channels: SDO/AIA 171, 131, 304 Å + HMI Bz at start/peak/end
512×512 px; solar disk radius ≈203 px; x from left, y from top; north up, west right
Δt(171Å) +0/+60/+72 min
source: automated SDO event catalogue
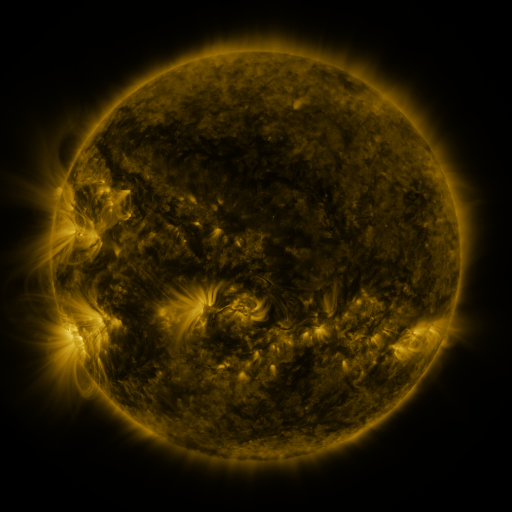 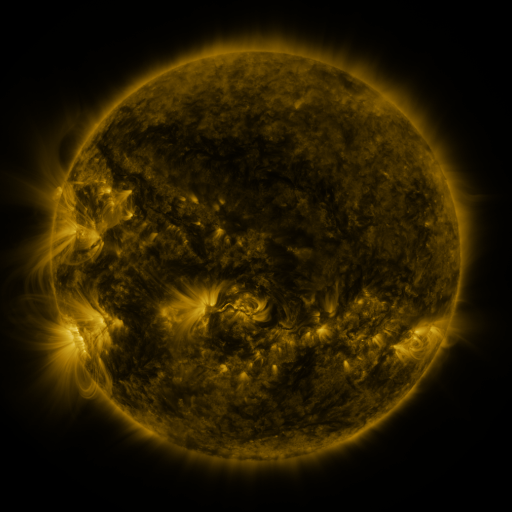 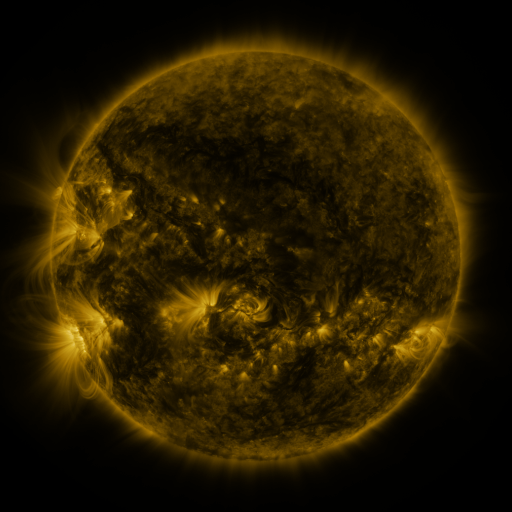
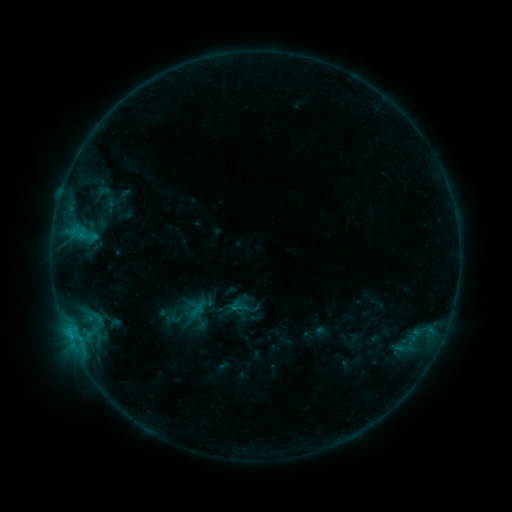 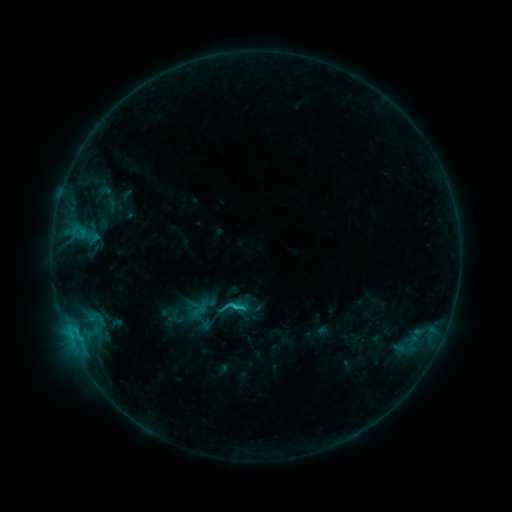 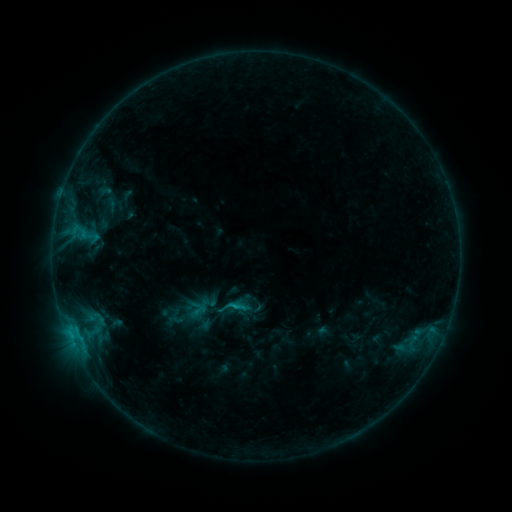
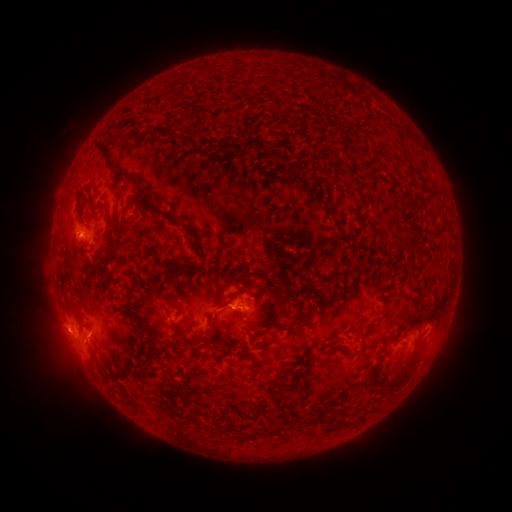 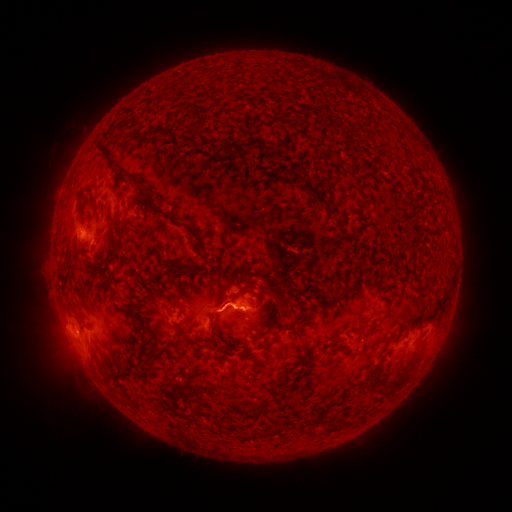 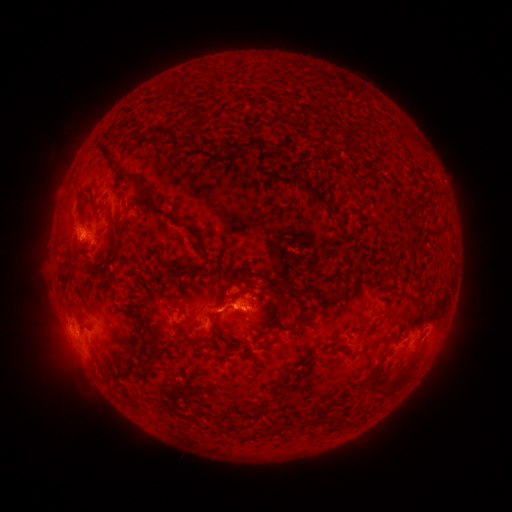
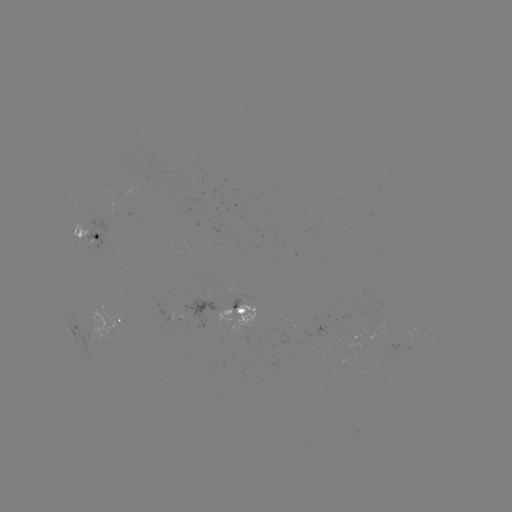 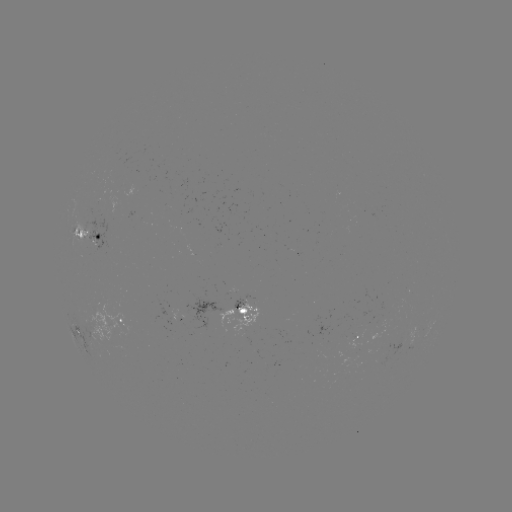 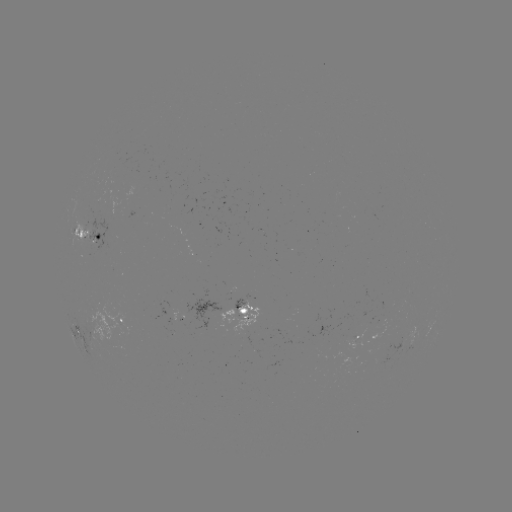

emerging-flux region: (85, 213, 106, 251)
